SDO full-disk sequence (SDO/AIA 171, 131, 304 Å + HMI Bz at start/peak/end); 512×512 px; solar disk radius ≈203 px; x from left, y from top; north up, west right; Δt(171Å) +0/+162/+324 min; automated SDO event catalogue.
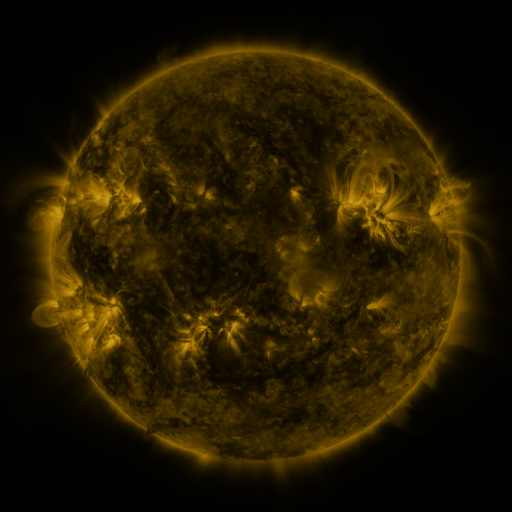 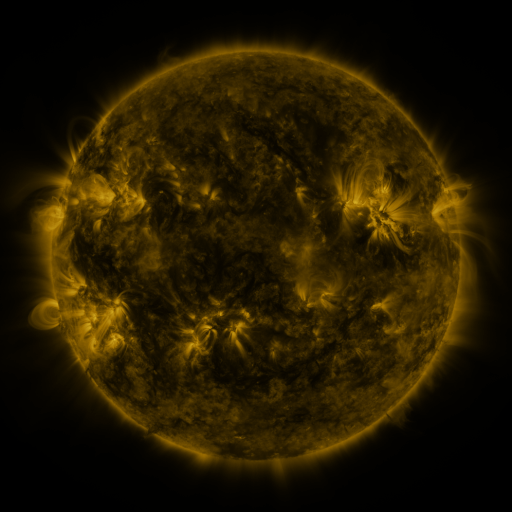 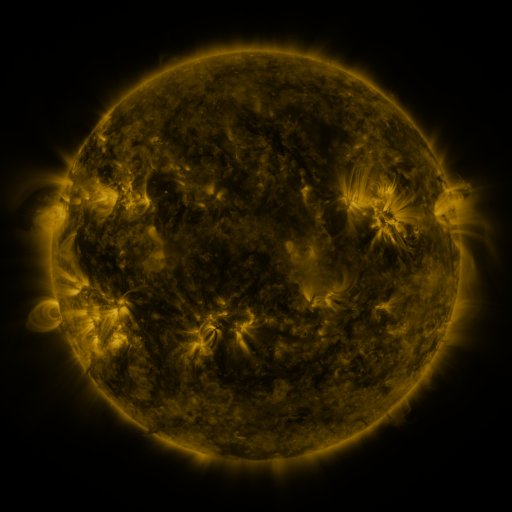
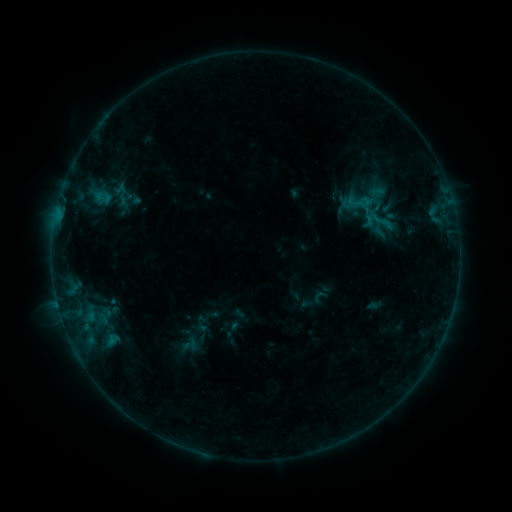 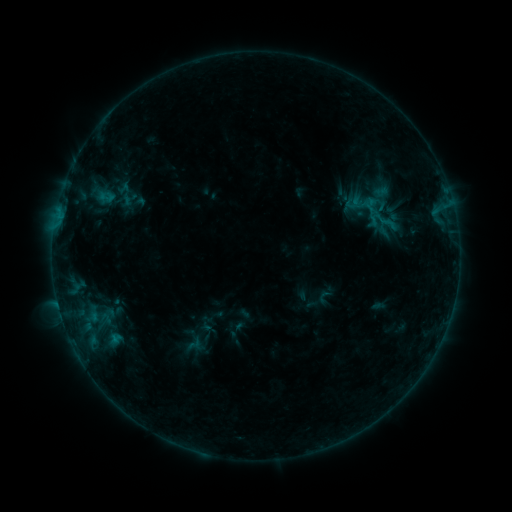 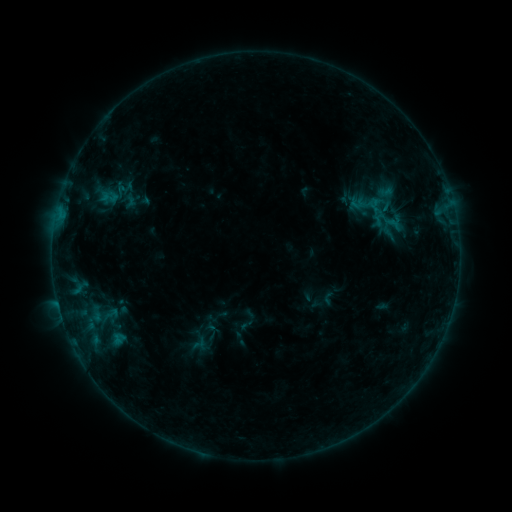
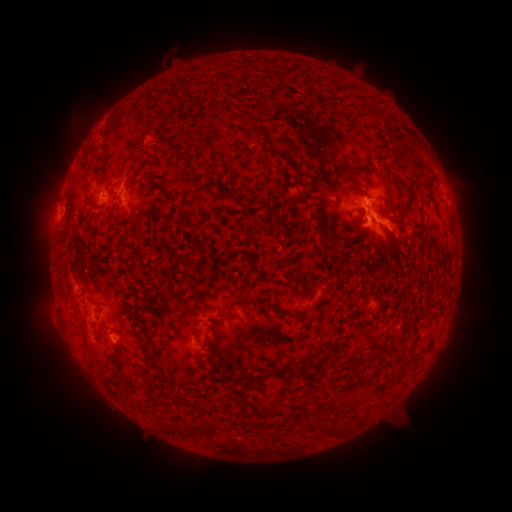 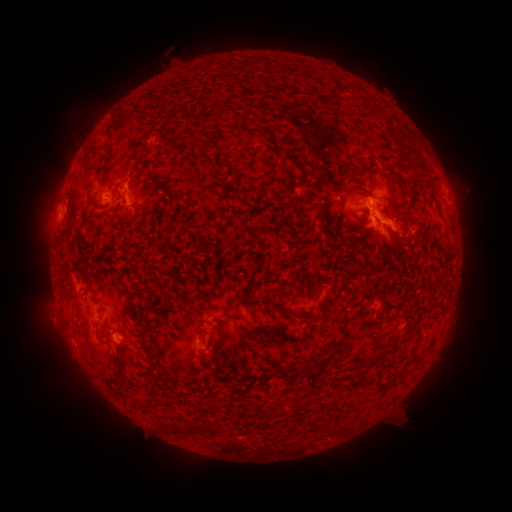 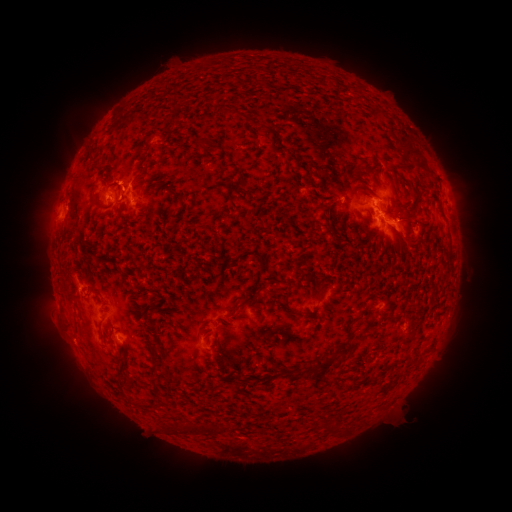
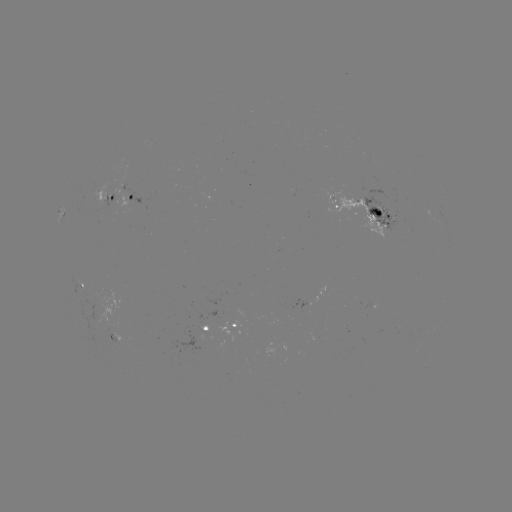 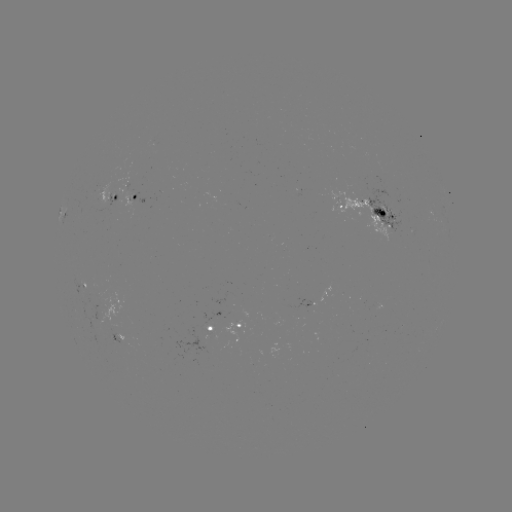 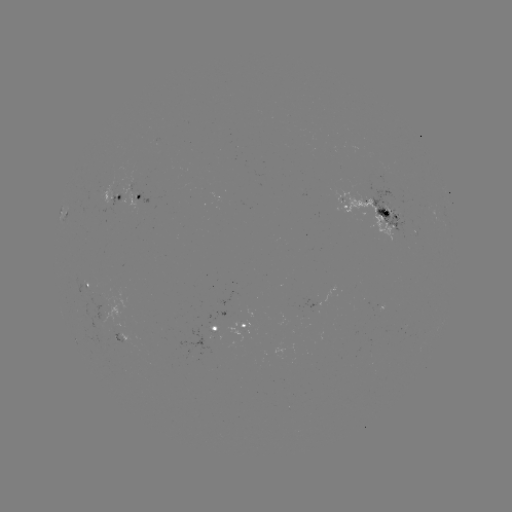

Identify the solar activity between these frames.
filament eruption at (380, 385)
